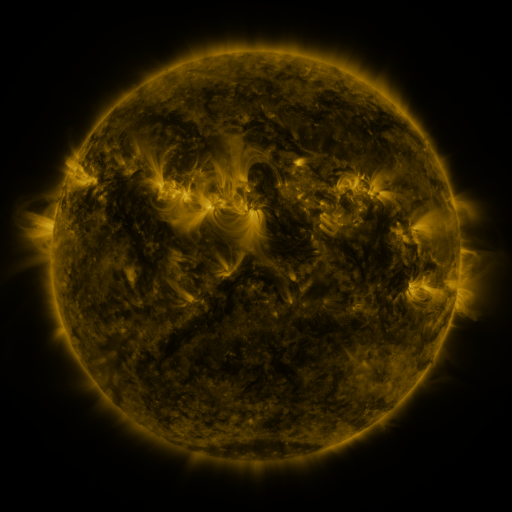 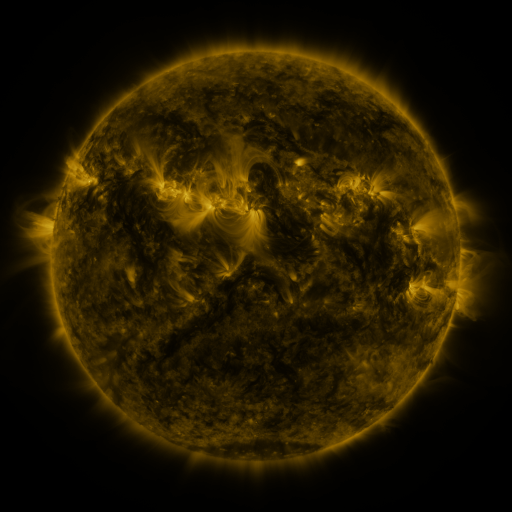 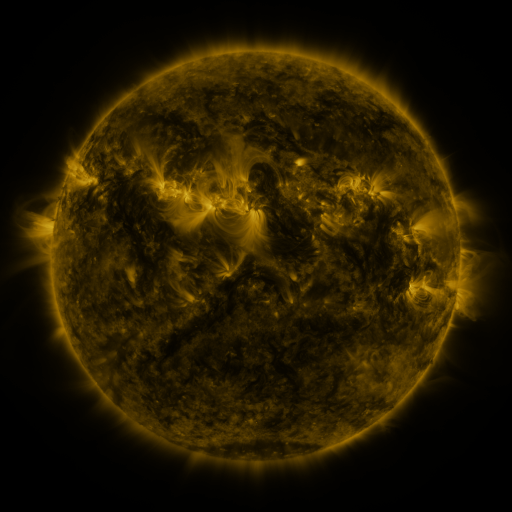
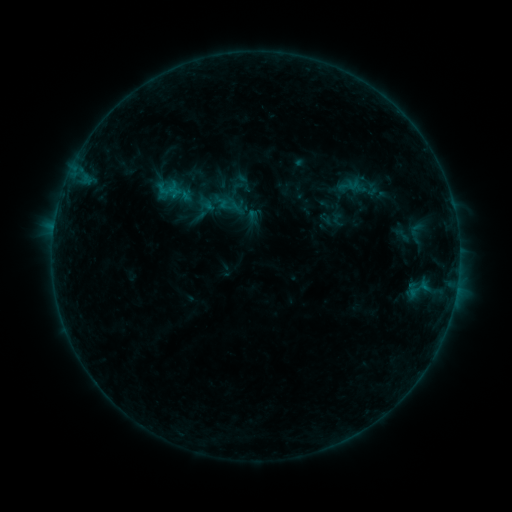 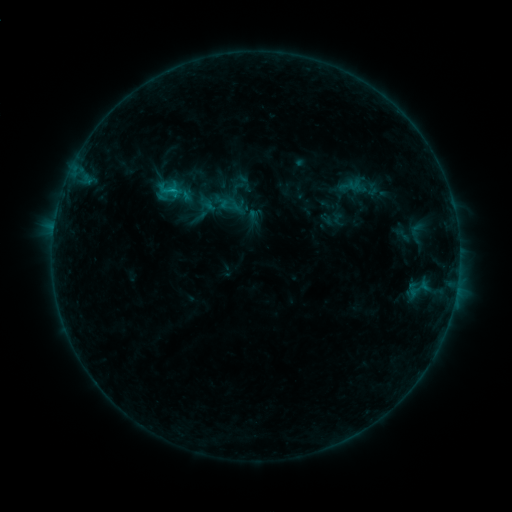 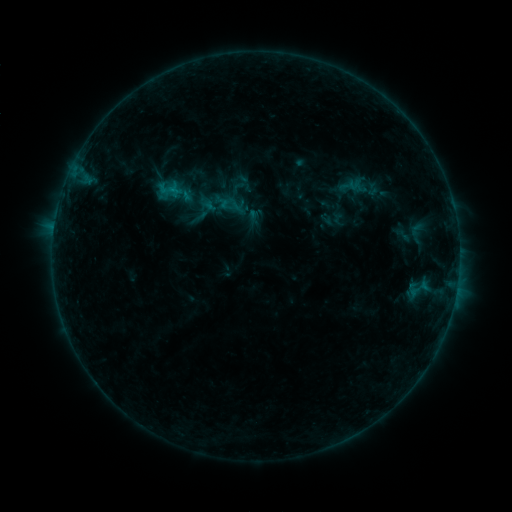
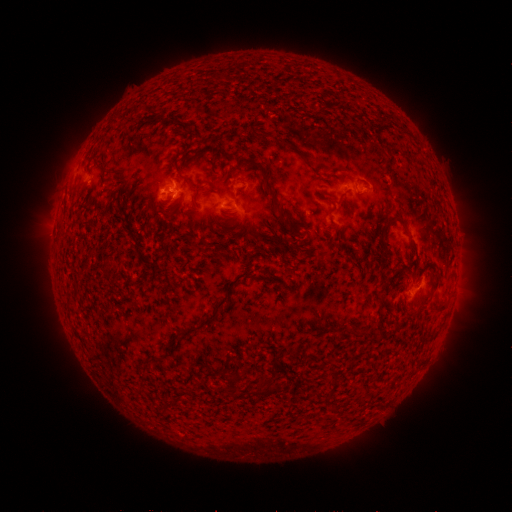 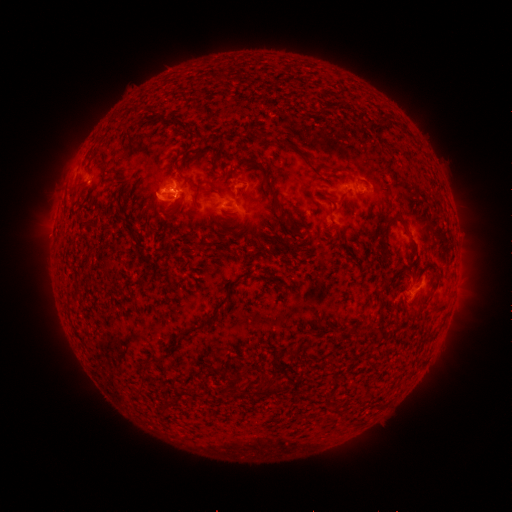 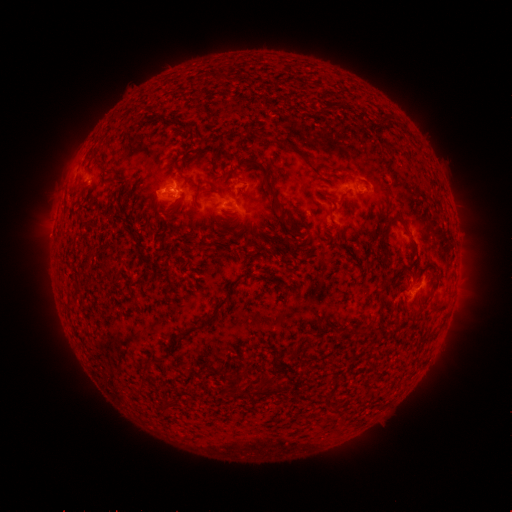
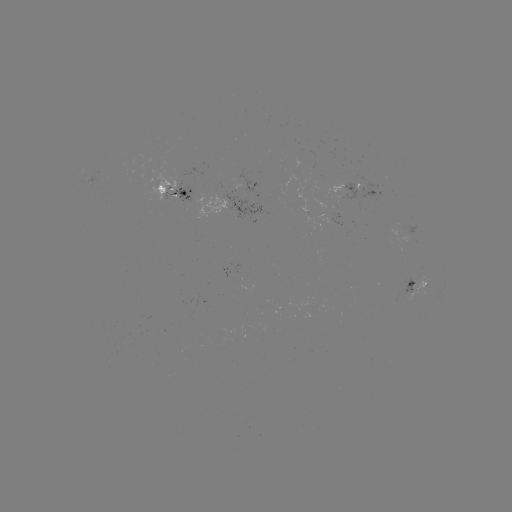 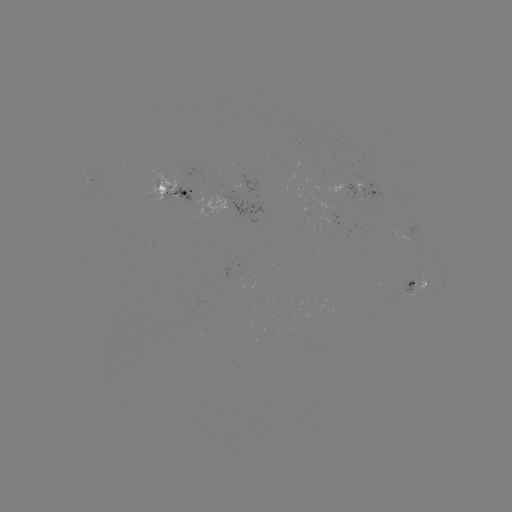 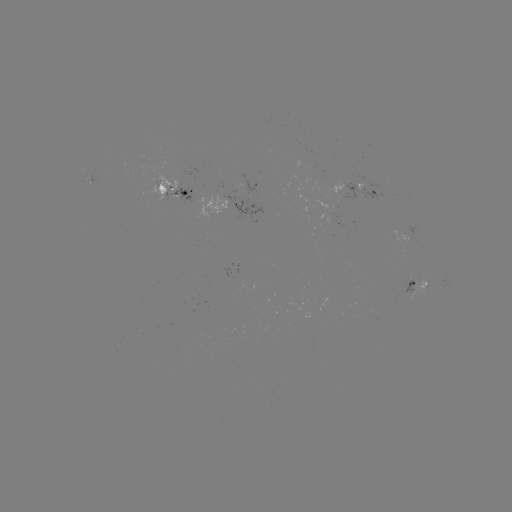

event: flare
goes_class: B6.2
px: (174, 193)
